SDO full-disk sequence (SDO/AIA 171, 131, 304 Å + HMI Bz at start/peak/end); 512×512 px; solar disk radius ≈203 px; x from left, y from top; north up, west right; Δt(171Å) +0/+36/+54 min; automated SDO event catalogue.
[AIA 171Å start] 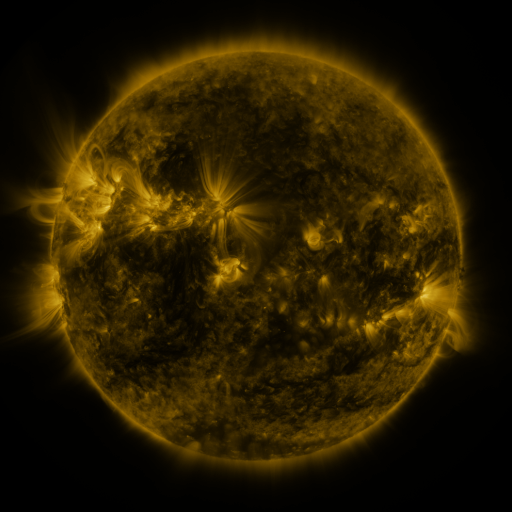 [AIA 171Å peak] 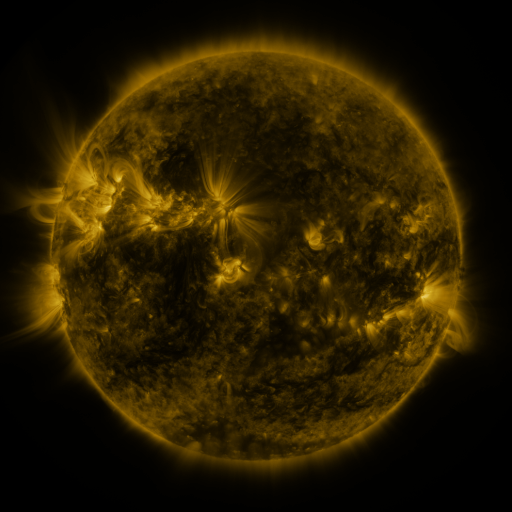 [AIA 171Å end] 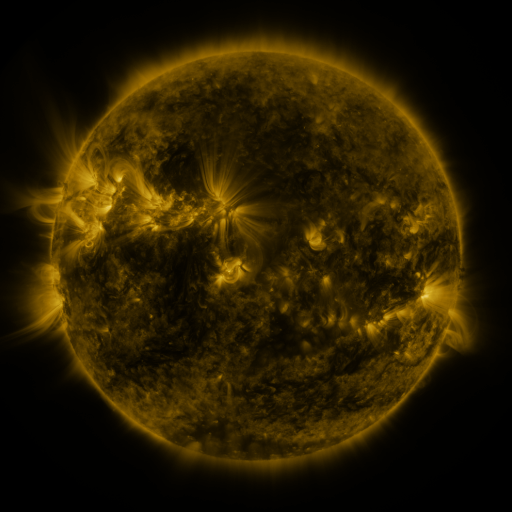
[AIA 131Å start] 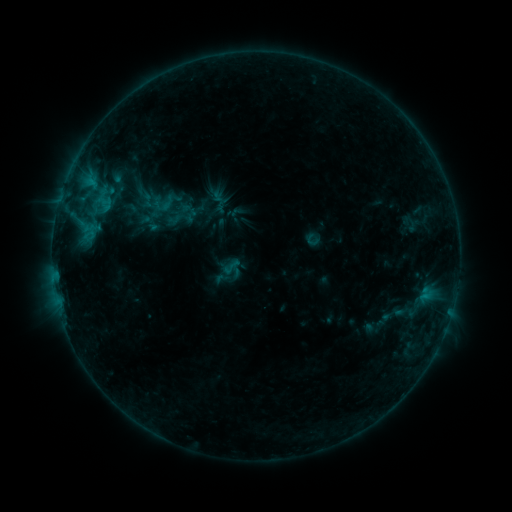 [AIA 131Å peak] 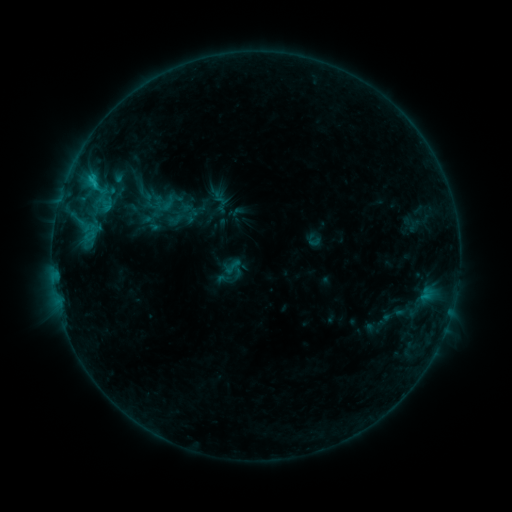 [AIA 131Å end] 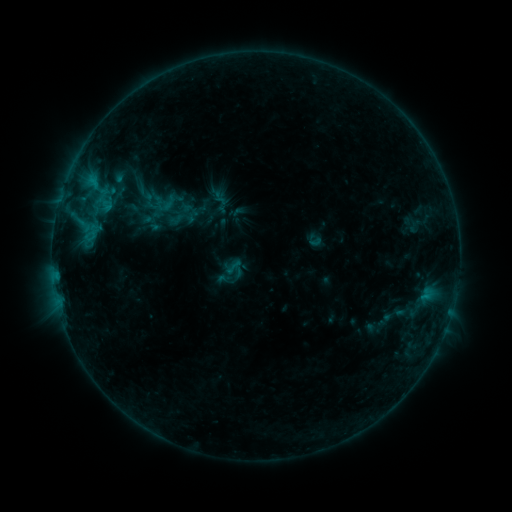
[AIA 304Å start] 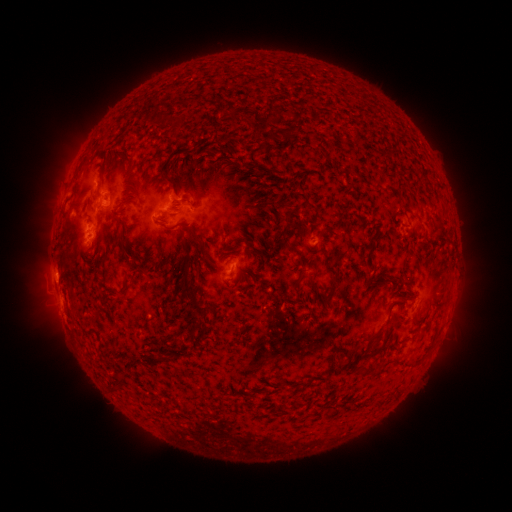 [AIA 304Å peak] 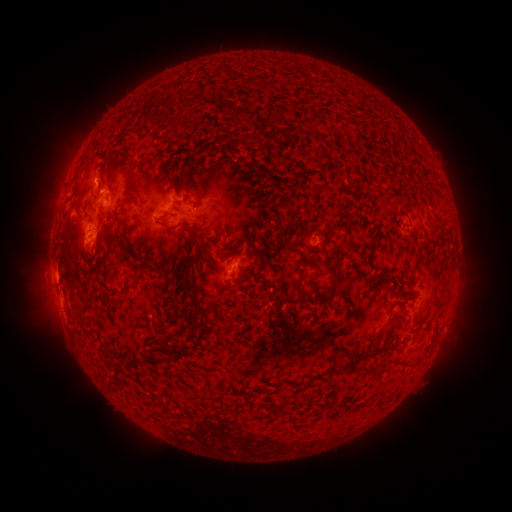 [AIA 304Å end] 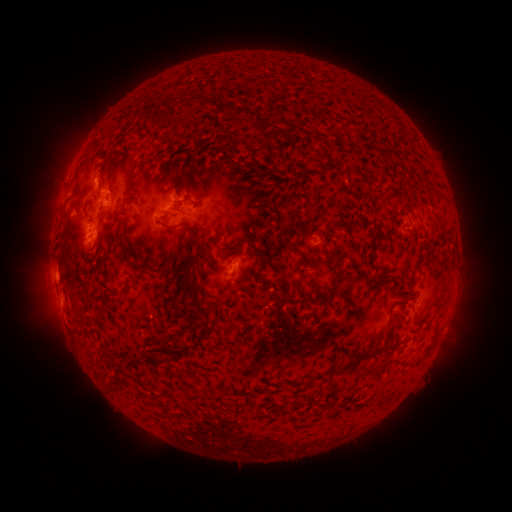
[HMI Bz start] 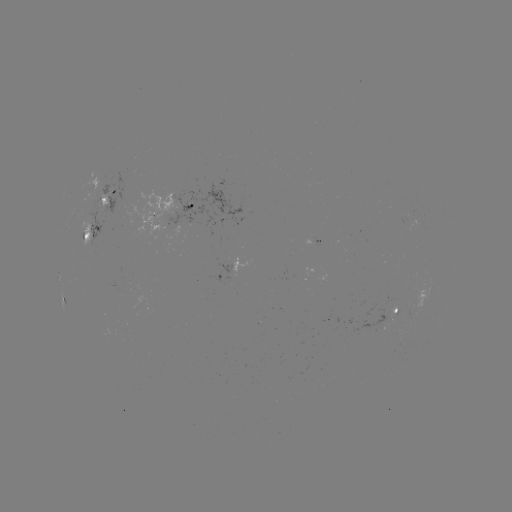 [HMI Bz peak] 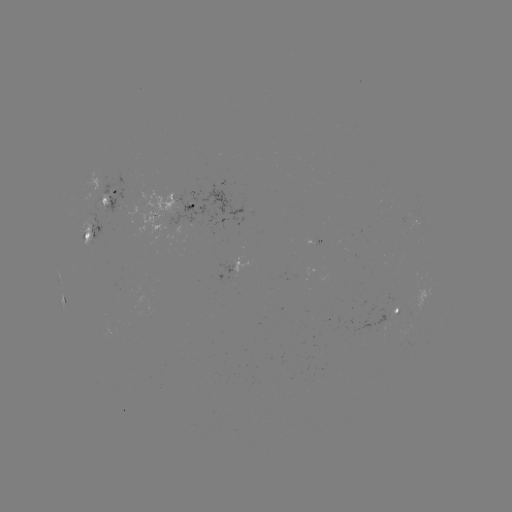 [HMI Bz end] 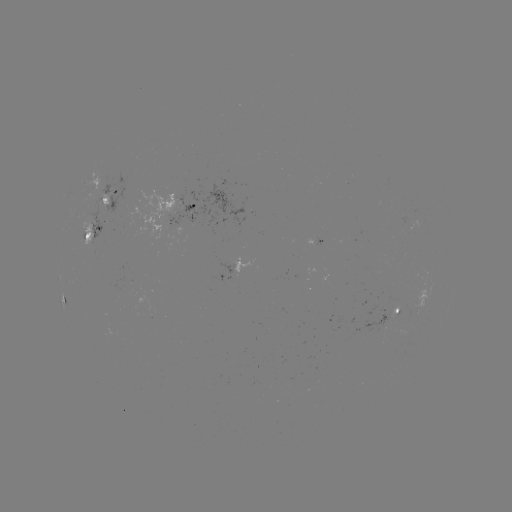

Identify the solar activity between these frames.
B9.3 flare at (95, 186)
